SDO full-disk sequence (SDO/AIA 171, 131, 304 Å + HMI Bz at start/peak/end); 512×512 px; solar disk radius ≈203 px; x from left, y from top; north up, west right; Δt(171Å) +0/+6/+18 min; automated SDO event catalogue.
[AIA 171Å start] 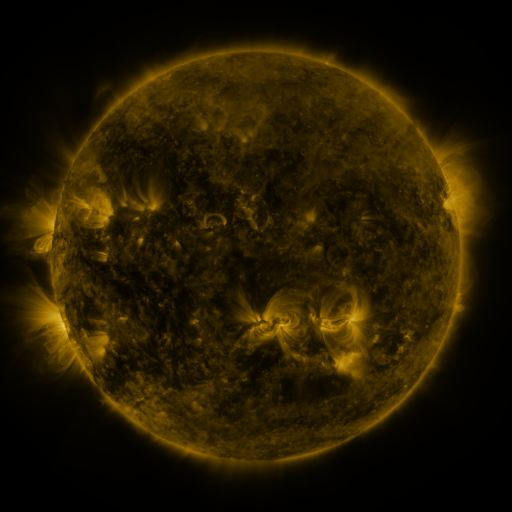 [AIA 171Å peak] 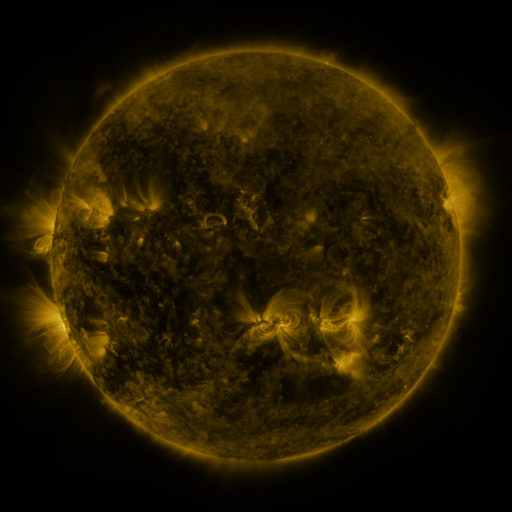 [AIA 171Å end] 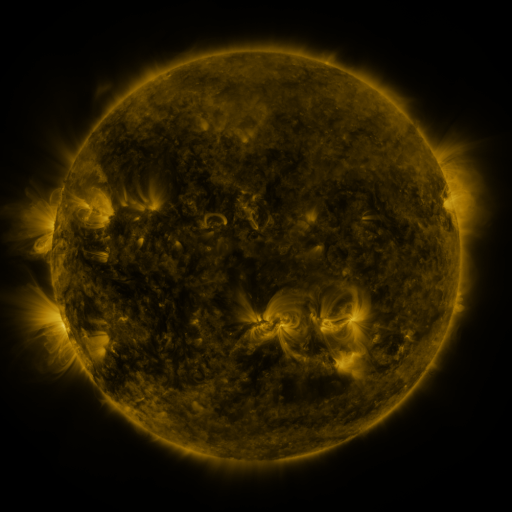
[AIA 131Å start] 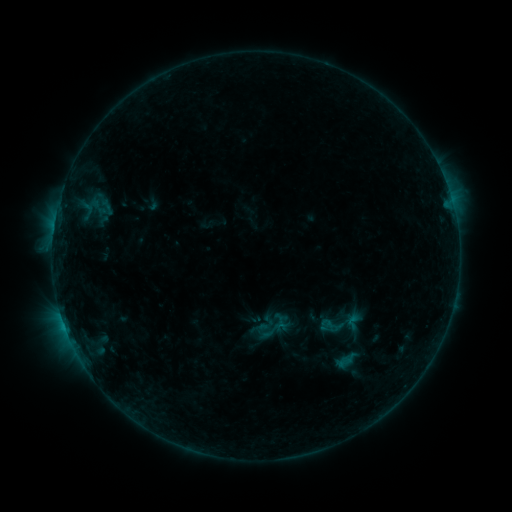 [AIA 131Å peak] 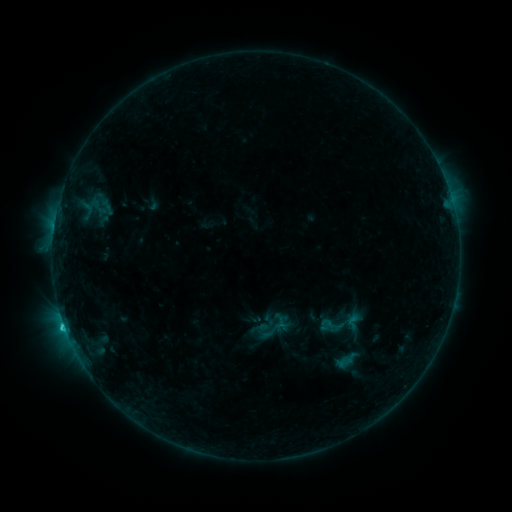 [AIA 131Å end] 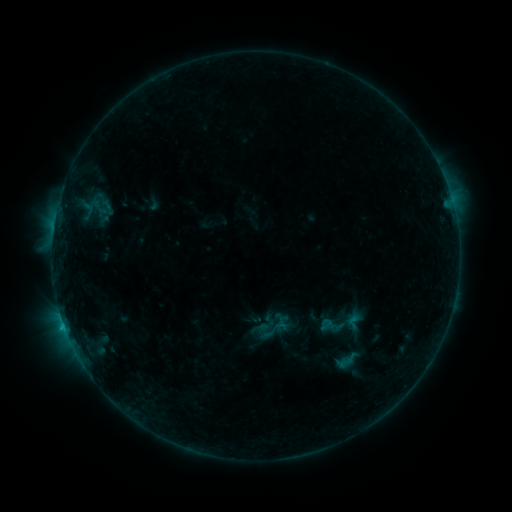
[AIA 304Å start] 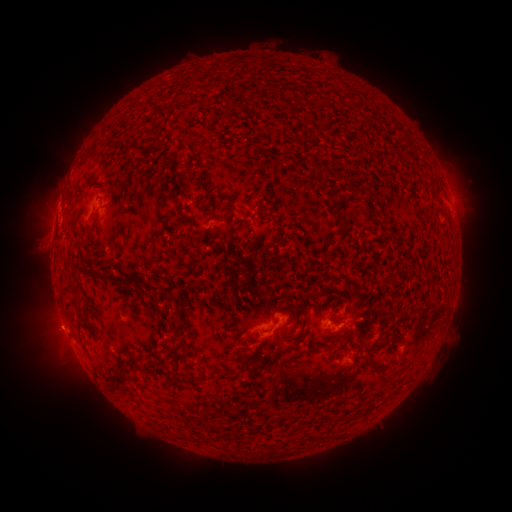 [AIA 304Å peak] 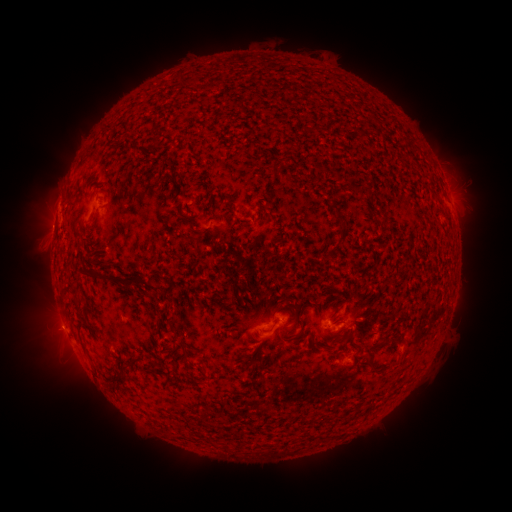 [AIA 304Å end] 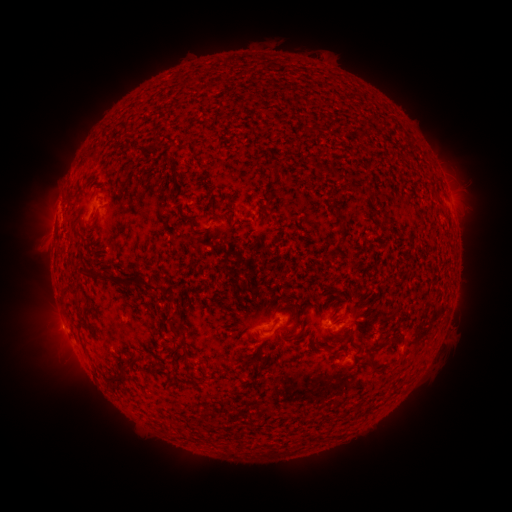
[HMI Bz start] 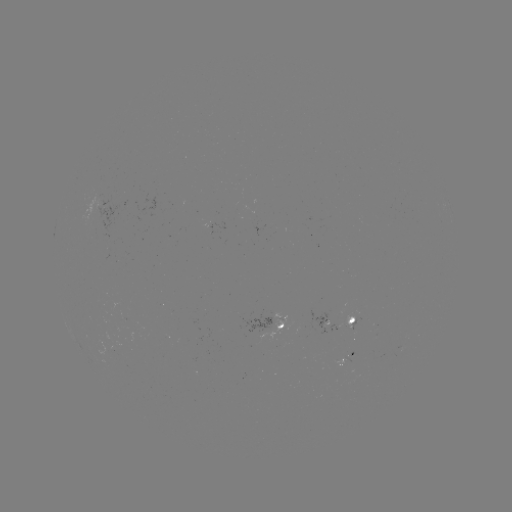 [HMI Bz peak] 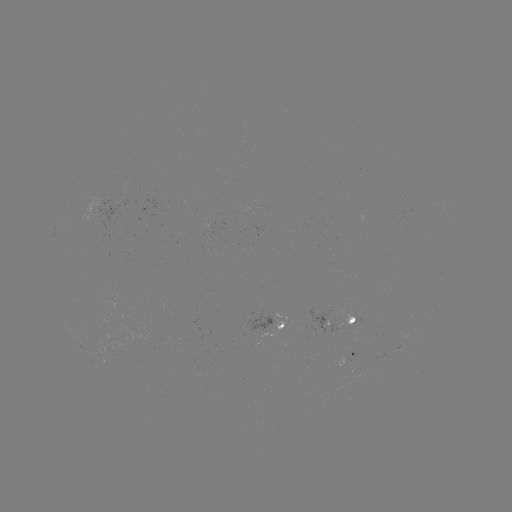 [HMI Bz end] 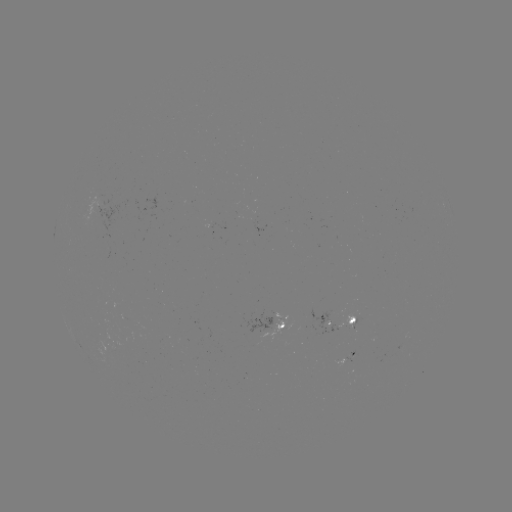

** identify B9.4 flare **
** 65,326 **